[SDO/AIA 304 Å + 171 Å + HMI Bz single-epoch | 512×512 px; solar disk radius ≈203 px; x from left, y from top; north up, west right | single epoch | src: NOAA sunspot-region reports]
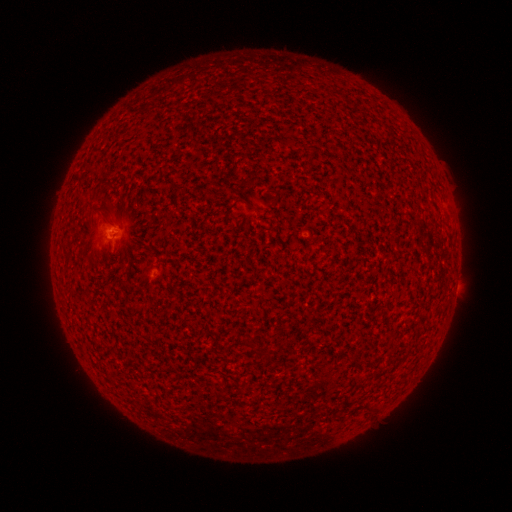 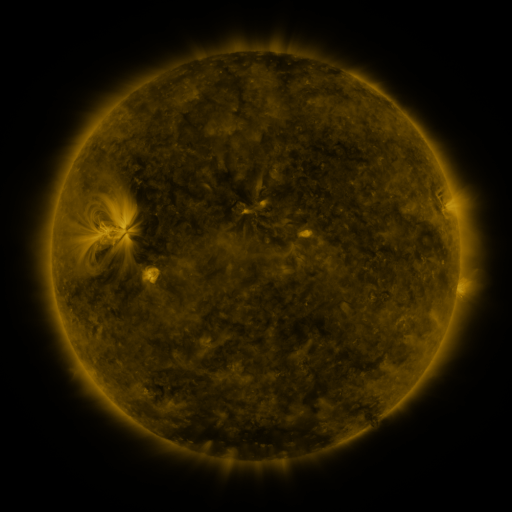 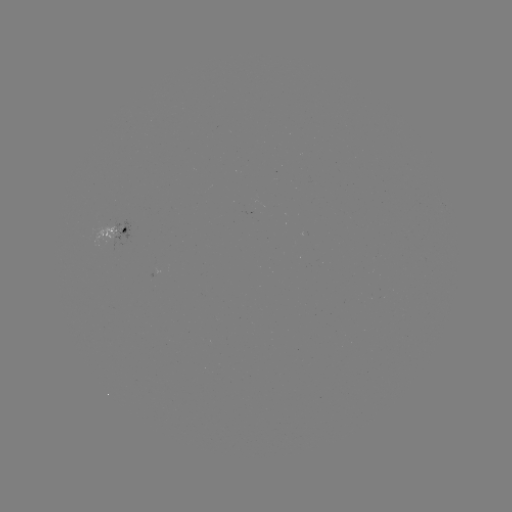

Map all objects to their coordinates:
spotted active region: (117, 228)
spotted active region: (158, 275)
